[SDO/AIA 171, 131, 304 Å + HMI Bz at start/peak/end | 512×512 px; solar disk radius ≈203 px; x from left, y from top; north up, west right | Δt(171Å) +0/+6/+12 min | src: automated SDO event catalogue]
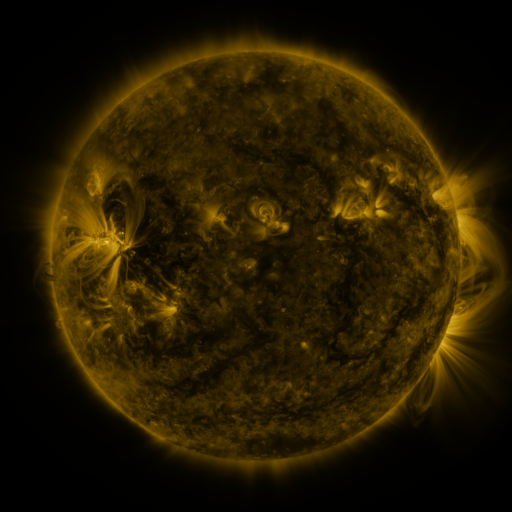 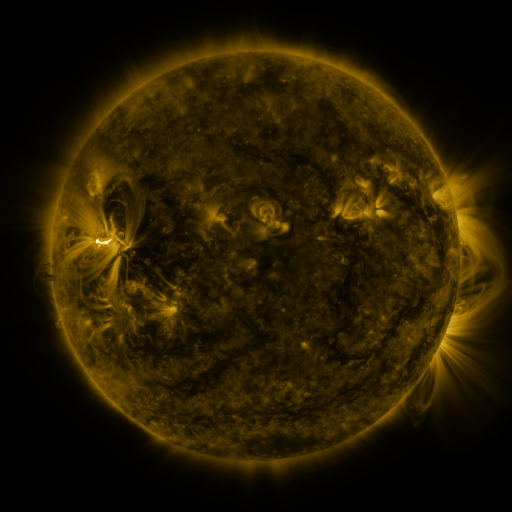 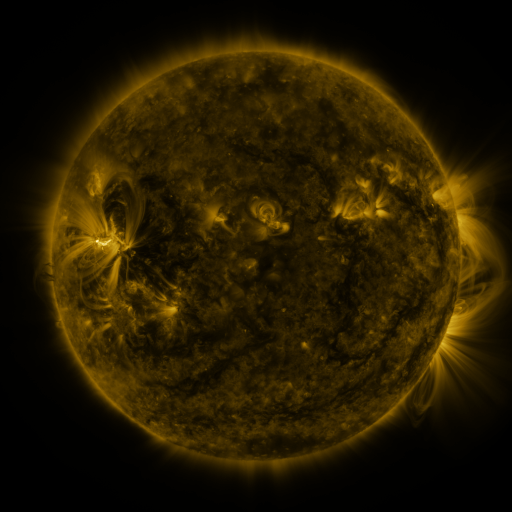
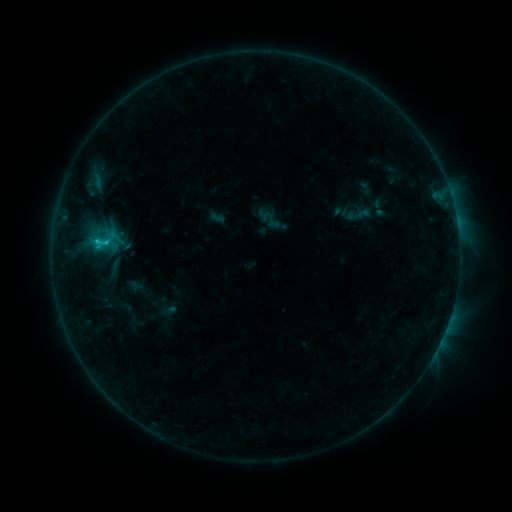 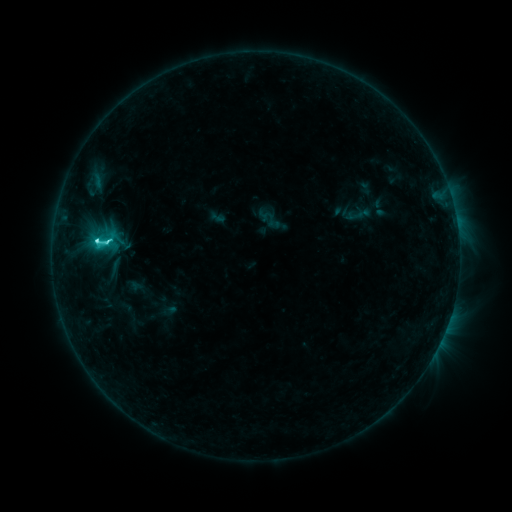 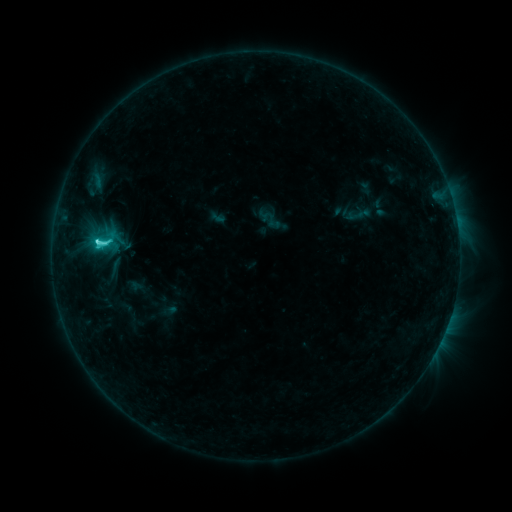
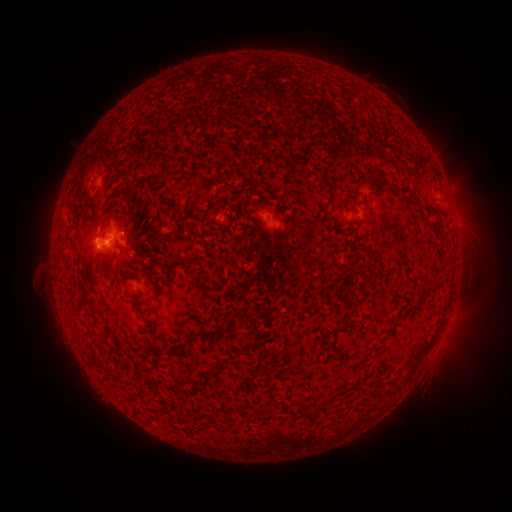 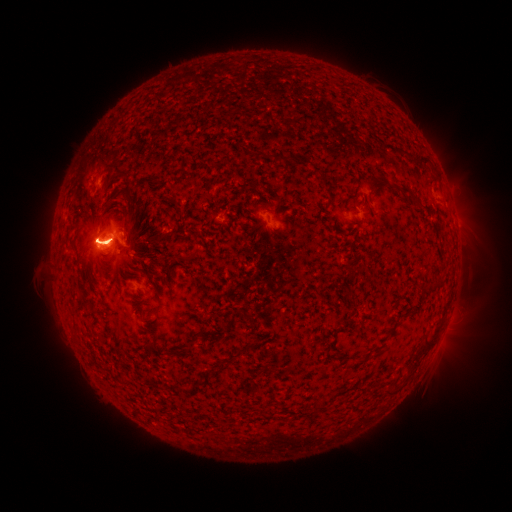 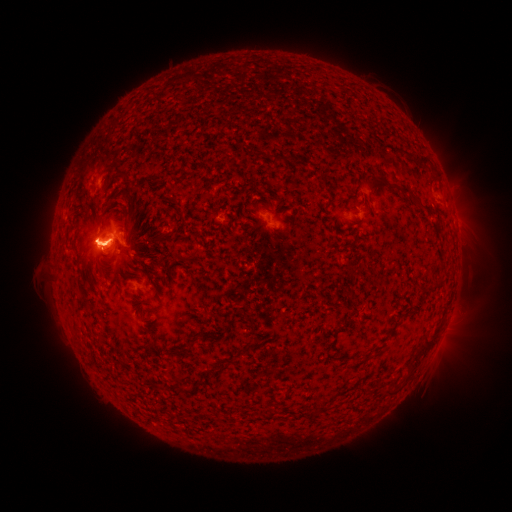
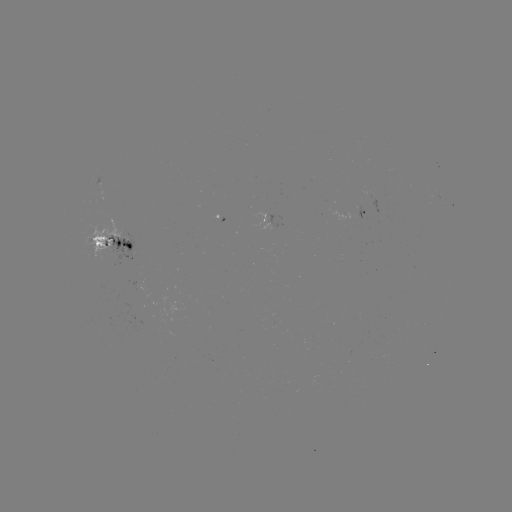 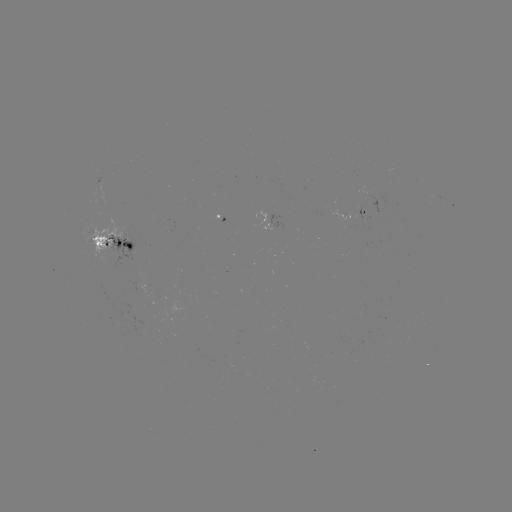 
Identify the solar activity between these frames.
eruption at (95, 251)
